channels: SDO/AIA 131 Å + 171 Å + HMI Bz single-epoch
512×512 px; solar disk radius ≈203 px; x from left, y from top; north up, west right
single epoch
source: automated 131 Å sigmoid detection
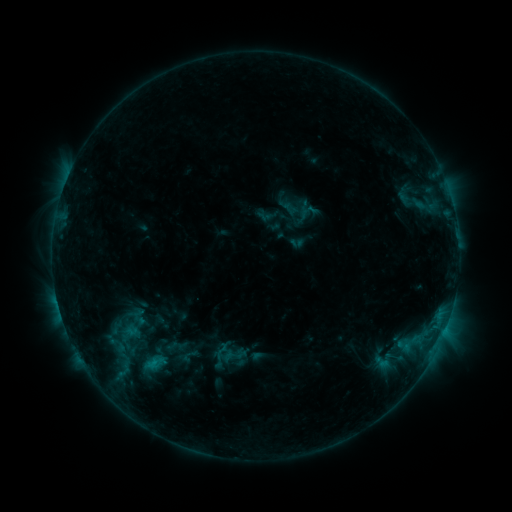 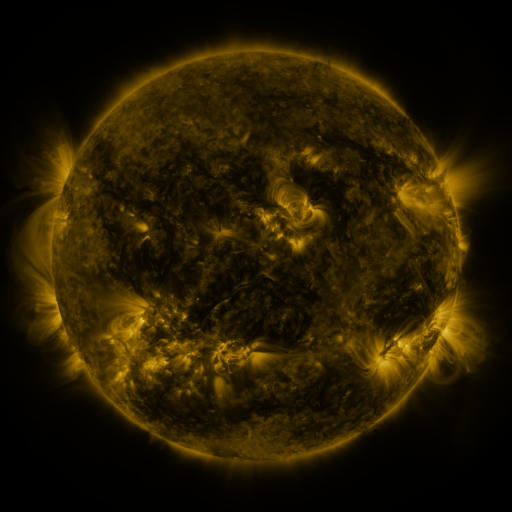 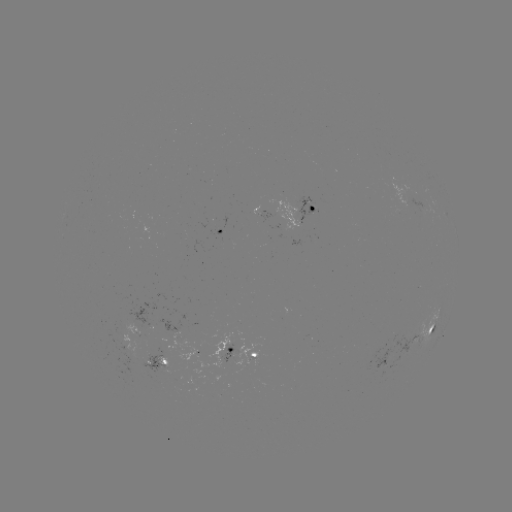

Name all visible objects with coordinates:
sigmoid: [209, 341, 232, 361]
sigmoid: [139, 350, 173, 375]
